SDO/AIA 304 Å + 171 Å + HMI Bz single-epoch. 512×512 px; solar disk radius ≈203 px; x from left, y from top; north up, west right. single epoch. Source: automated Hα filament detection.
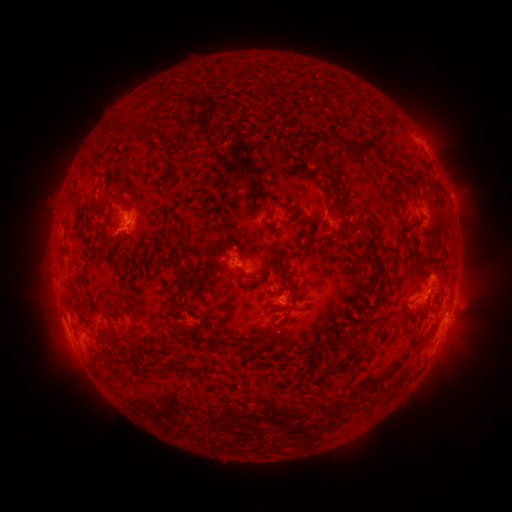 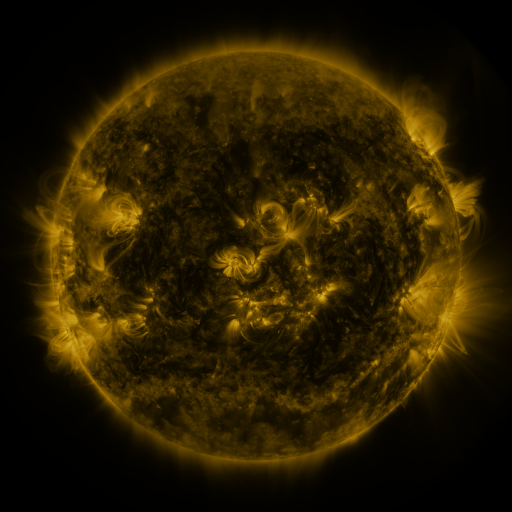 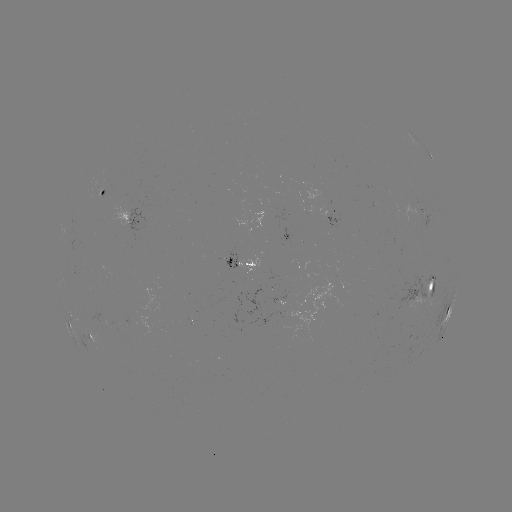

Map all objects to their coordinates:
filament: (237, 66)
filament: (138, 129)
filament: (350, 145)
filament: (389, 194)
filament: (102, 209)
filament: (415, 222)
filament: (350, 232)
filament: (175, 233)
filament: (304, 245)
filament: (285, 276)
filament: (116, 308)
filament: (366, 318)
filament: (262, 337)
filament: (348, 338)
filament: (166, 369)
